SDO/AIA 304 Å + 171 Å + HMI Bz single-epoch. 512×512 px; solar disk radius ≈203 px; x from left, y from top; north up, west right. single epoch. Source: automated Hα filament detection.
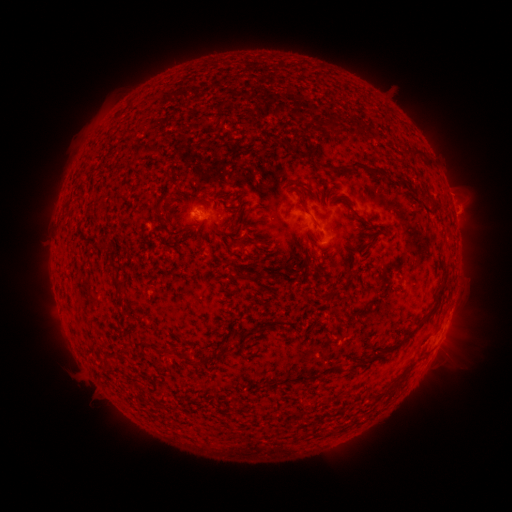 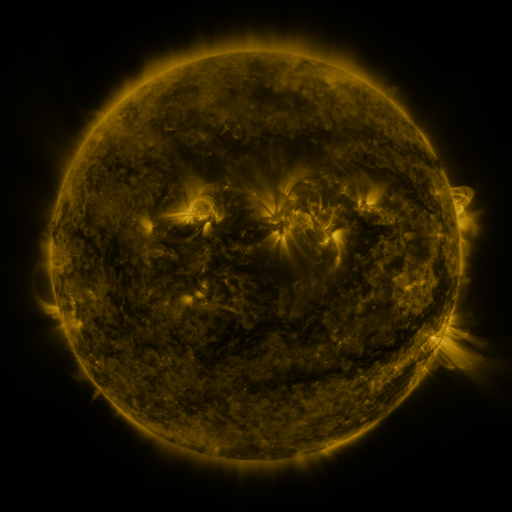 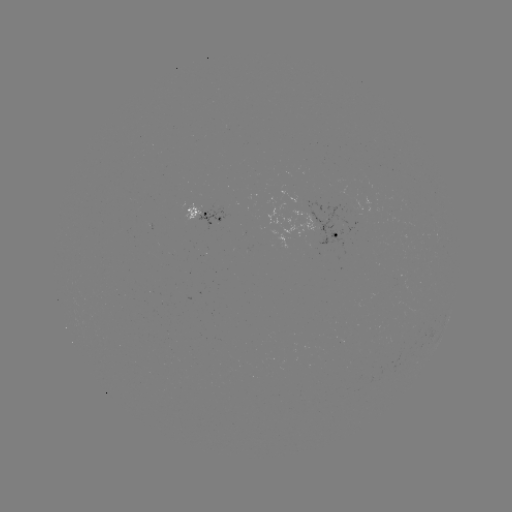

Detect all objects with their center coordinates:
filament: [291, 148, 301, 156]
filament: [411, 150, 422, 158]
filament: [344, 162, 361, 170]
filament: [370, 167, 381, 175]
filament: [430, 202, 440, 211]
filament: [354, 214, 364, 223]
filament: [312, 219, 321, 229]
filament: [230, 237, 262, 249]
filament: [97, 239, 109, 246]
filament: [234, 271, 252, 281]
filament: [344, 273, 351, 284]
filament: [110, 274, 126, 294]
filament: [401, 289, 443, 343]
filament: [368, 351, 376, 362]
filament: [184, 352, 192, 365]
filament: [347, 358, 364, 371]
filament: [387, 379, 403, 391]
